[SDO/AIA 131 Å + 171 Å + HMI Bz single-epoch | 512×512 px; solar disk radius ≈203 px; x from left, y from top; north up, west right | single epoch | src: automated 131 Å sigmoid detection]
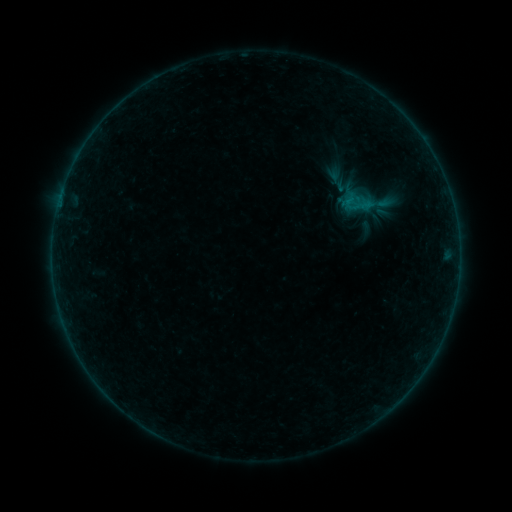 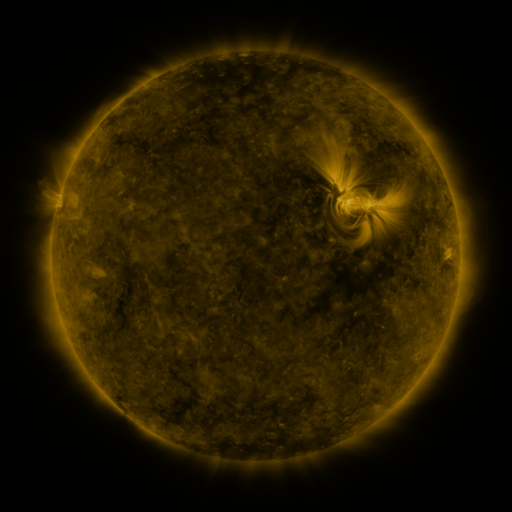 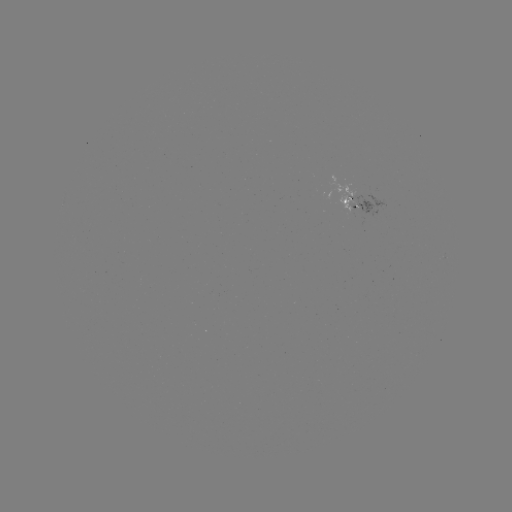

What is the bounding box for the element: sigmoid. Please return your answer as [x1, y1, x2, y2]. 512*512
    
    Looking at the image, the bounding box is [332, 176, 357, 194].